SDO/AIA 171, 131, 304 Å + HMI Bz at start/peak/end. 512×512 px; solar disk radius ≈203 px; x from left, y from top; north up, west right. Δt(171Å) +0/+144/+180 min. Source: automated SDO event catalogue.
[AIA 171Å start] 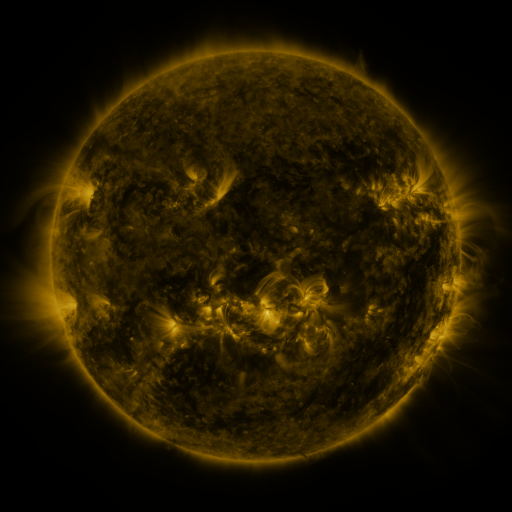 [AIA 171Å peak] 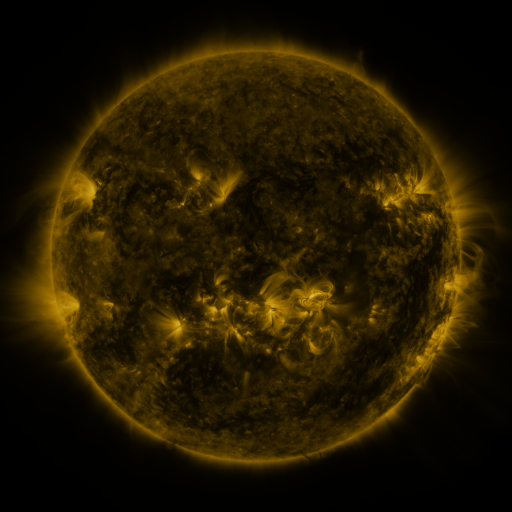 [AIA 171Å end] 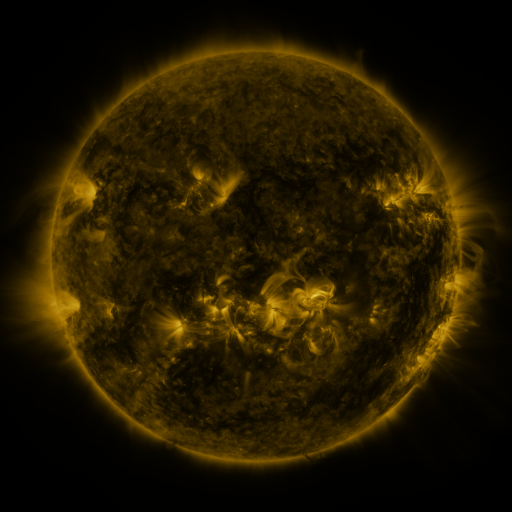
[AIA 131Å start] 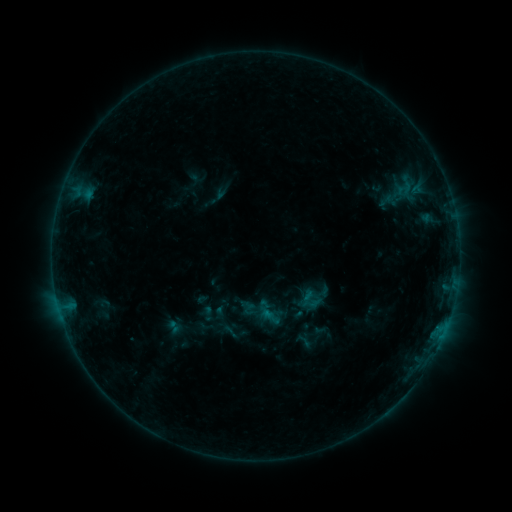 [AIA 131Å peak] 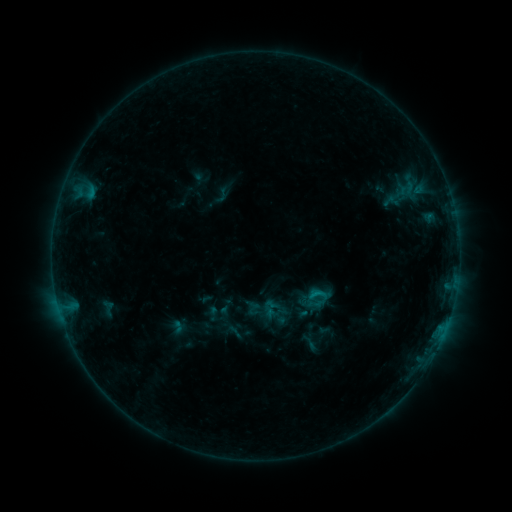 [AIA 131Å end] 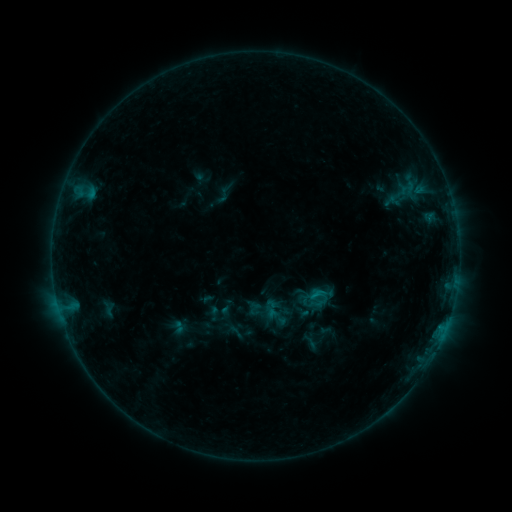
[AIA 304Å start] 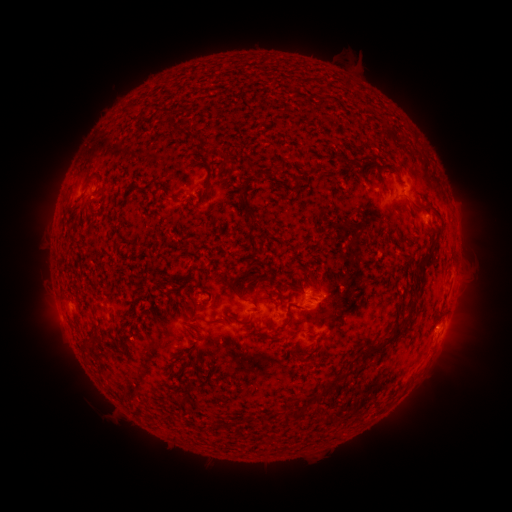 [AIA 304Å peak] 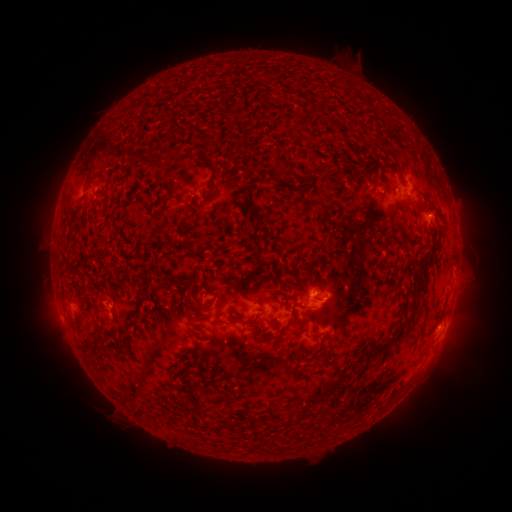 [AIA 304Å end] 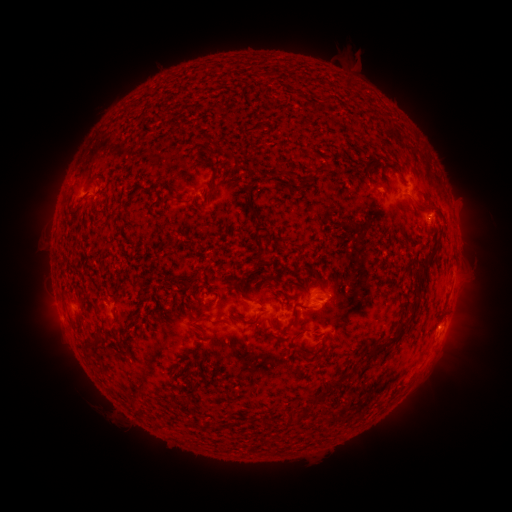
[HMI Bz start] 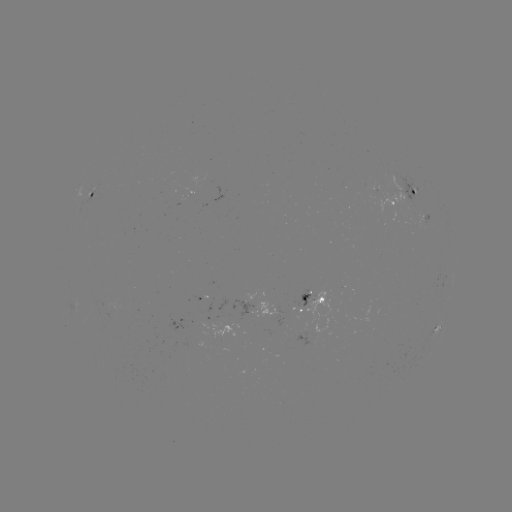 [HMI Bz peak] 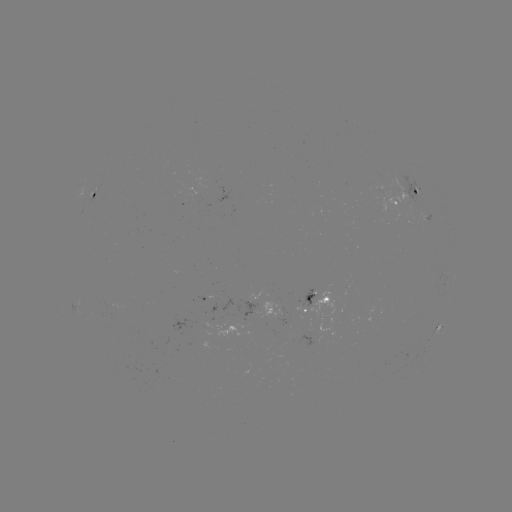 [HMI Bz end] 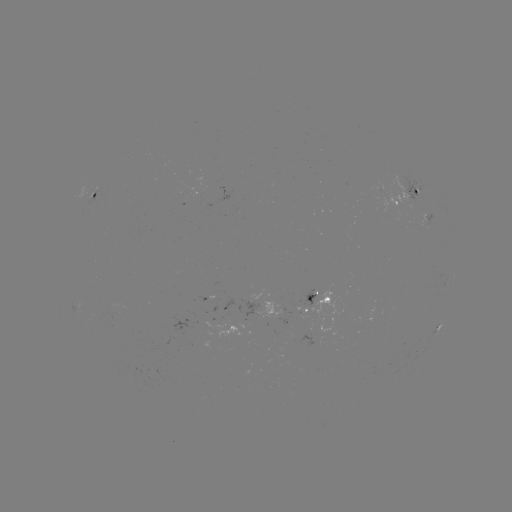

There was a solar emerging-flux region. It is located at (381, 187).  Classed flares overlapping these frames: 2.